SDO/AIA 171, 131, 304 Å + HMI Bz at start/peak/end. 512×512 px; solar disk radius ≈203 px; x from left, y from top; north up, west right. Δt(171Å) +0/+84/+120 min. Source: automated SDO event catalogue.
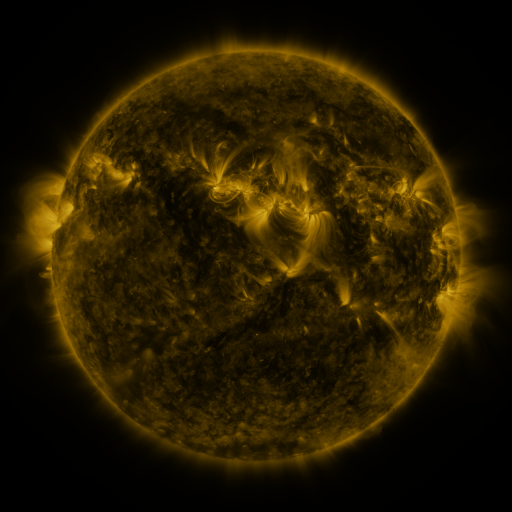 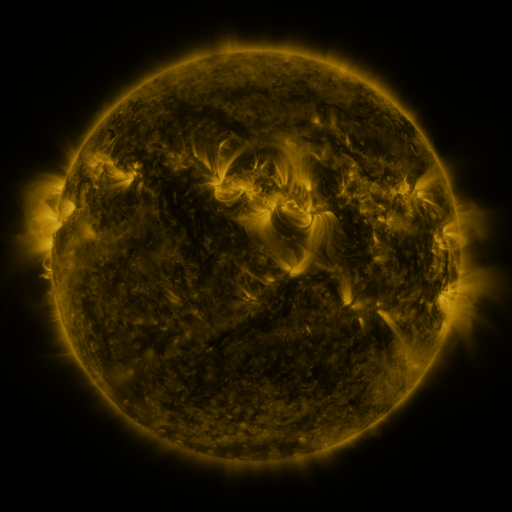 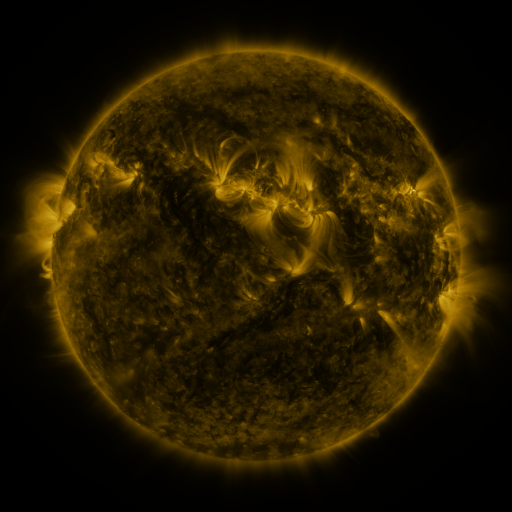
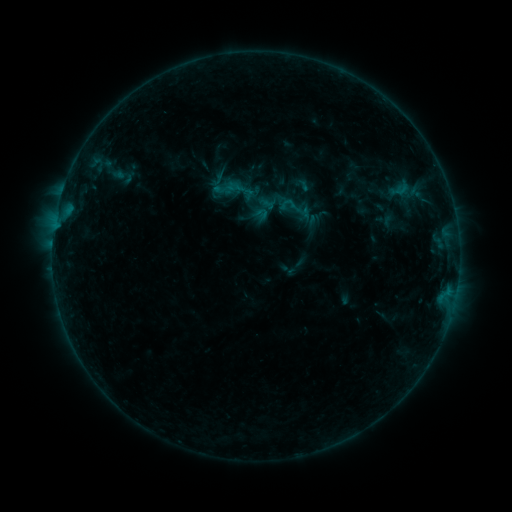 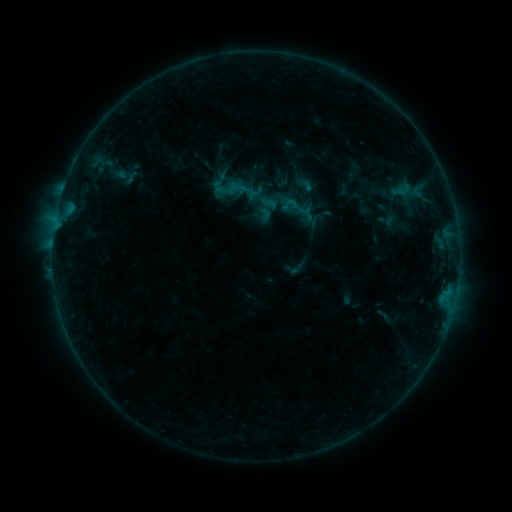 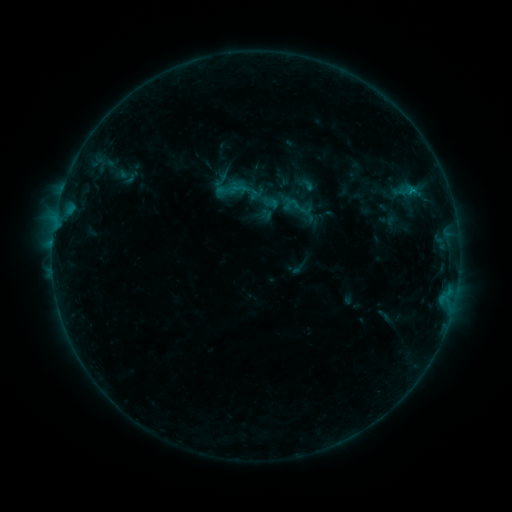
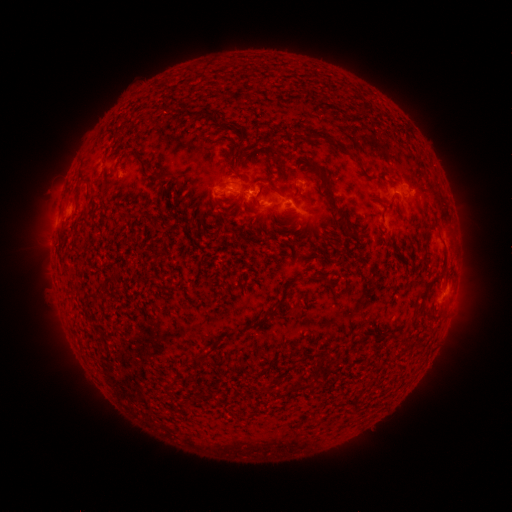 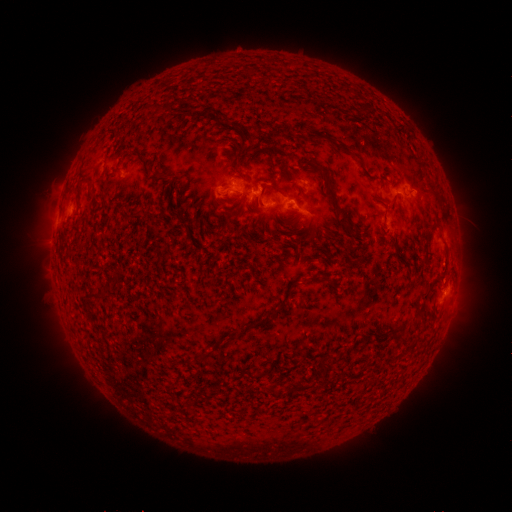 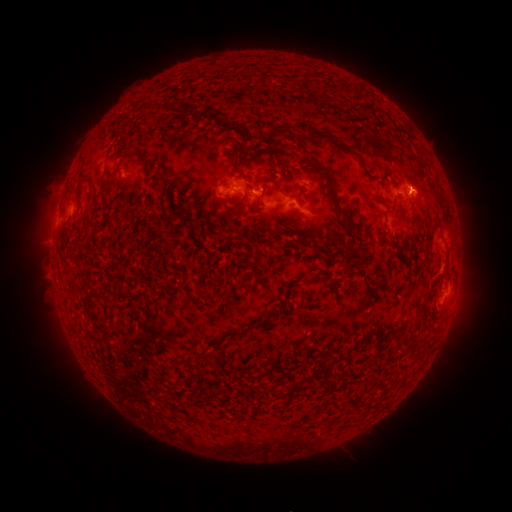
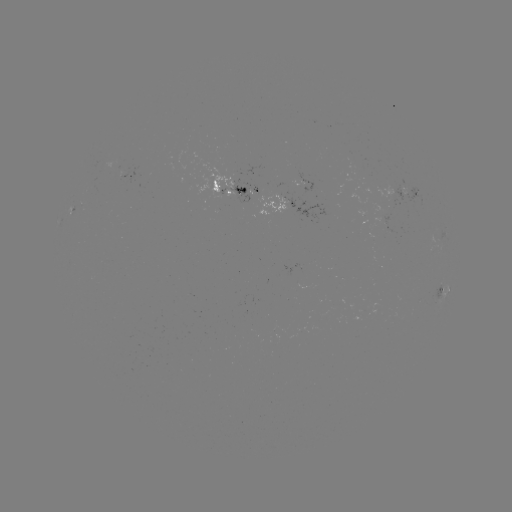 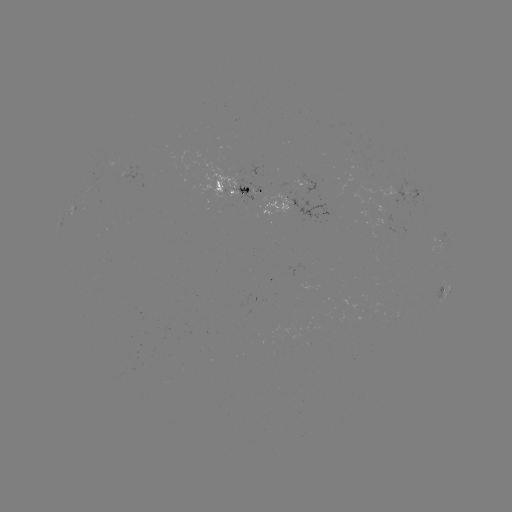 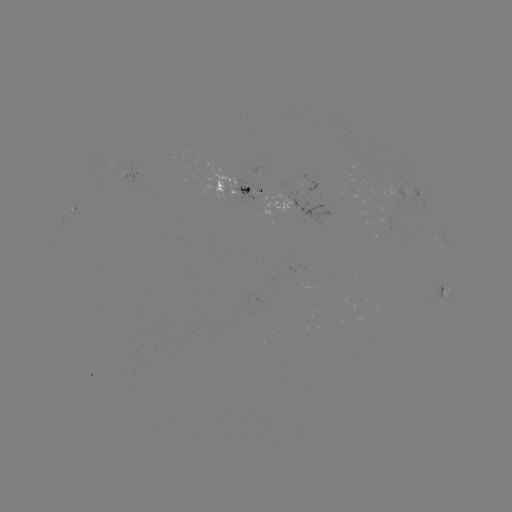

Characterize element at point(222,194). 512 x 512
emerging-flux region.